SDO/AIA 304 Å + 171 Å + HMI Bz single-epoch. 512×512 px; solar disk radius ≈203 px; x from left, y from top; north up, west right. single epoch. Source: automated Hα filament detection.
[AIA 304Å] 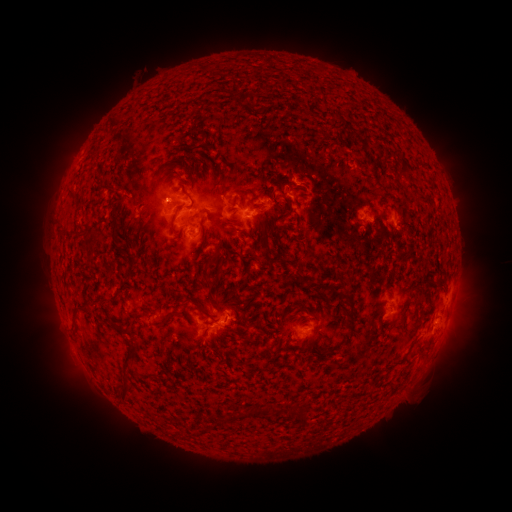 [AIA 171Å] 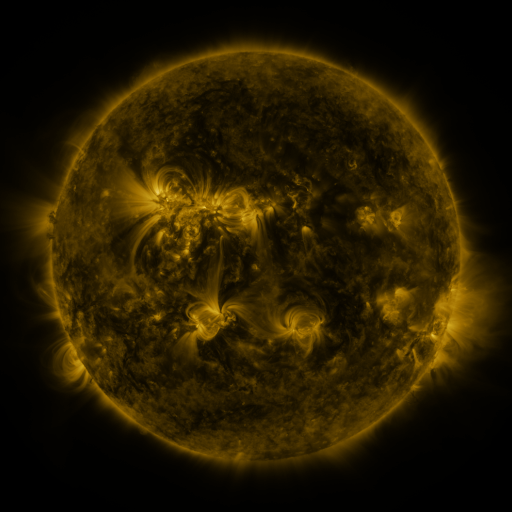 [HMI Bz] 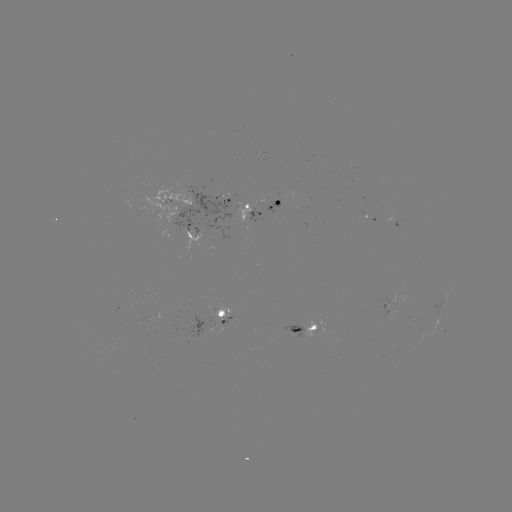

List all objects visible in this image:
filament: (92, 156)
filament: (106, 189)
filament: (221, 190)
filament: (285, 200)
filament: (182, 207)
filament: (195, 218)
filament: (115, 222)
filament: (143, 226)
filament: (239, 231)
filament: (97, 235)
filament: (299, 270)
filament: (221, 272)
filament: (193, 301)
filament: (228, 302)
filament: (82, 311)
filament: (352, 313)
filament: (135, 315)
filament: (290, 316)
filament: (168, 317)
filament: (109, 318)
filament: (133, 357)
filament: (126, 393)
filament: (305, 419)
